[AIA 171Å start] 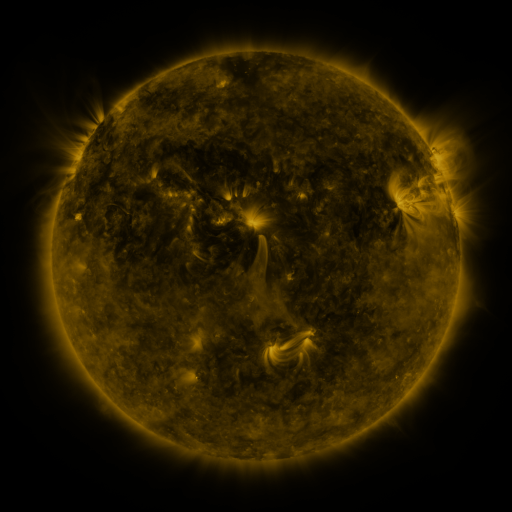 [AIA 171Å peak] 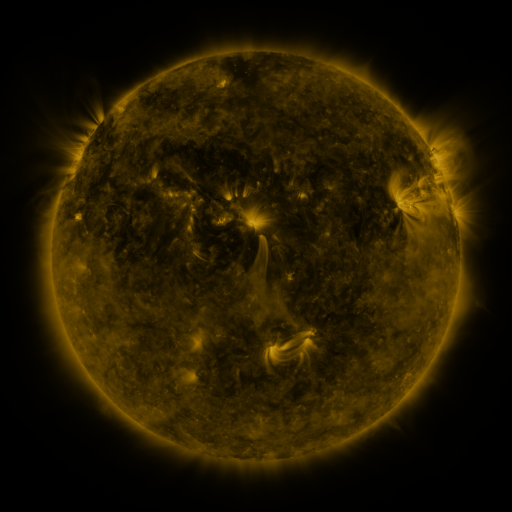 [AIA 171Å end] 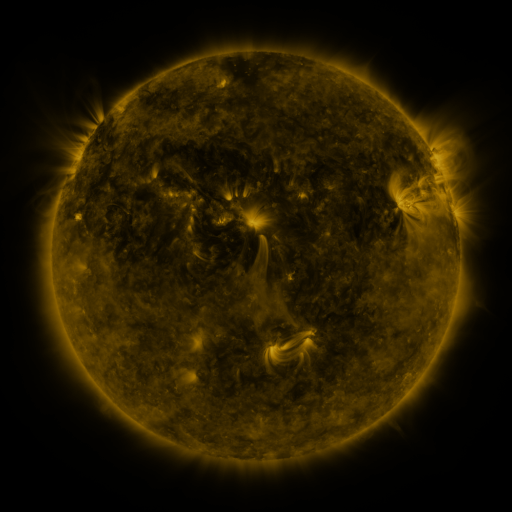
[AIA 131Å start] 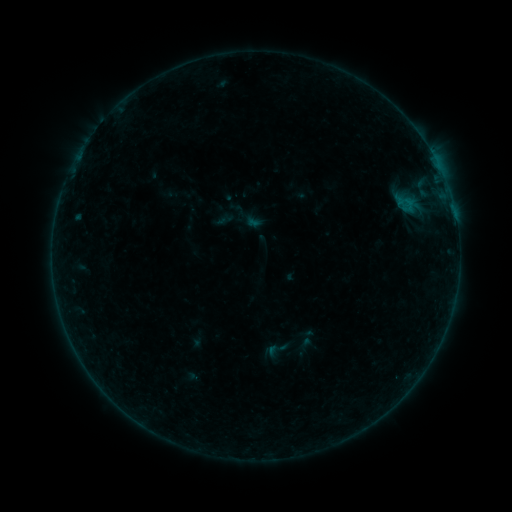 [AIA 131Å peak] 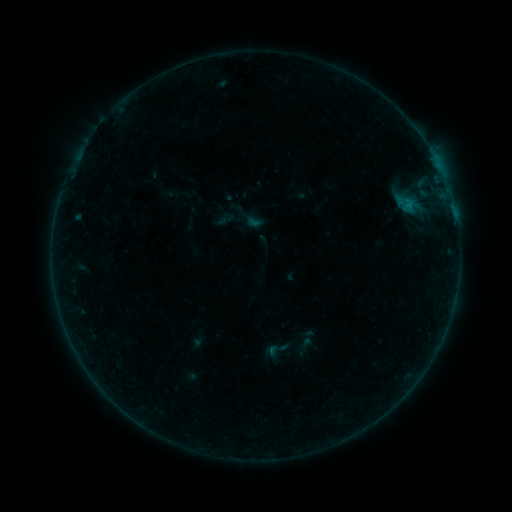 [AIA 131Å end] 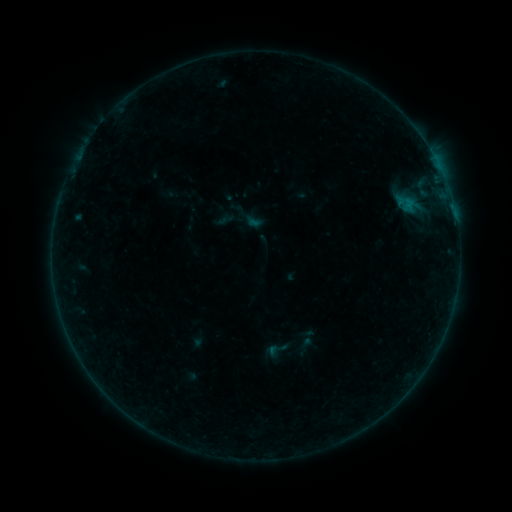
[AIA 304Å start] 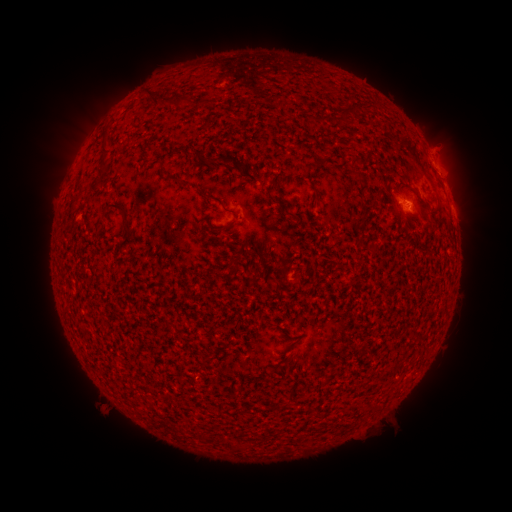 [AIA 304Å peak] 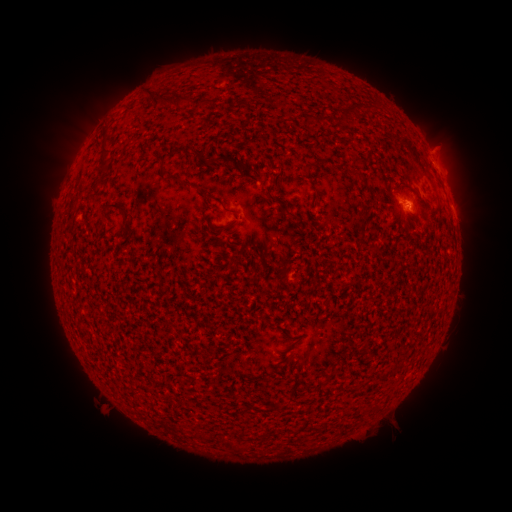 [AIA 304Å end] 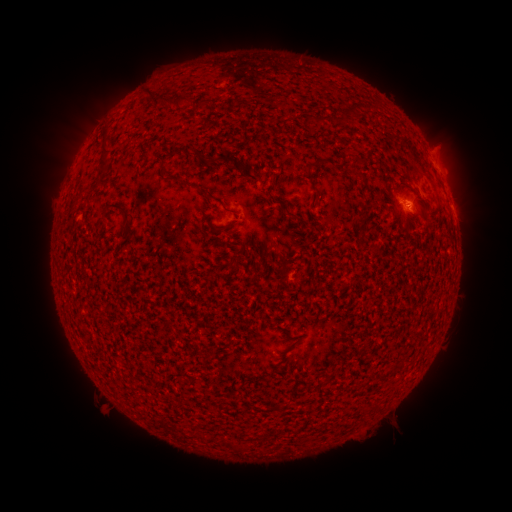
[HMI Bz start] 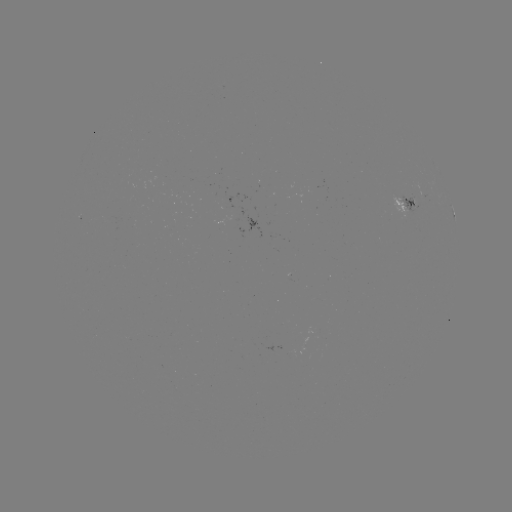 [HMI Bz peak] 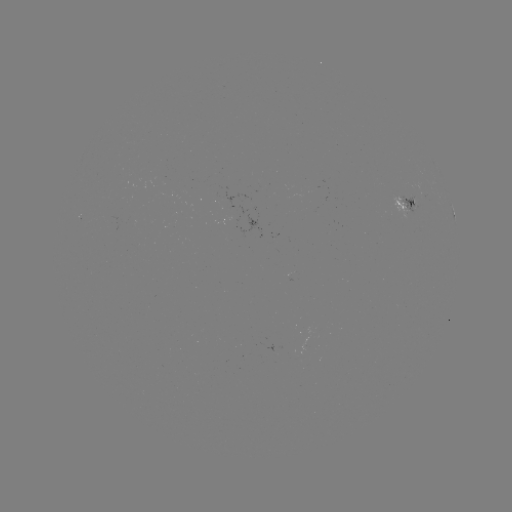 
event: flare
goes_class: B2.1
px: (408, 208)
